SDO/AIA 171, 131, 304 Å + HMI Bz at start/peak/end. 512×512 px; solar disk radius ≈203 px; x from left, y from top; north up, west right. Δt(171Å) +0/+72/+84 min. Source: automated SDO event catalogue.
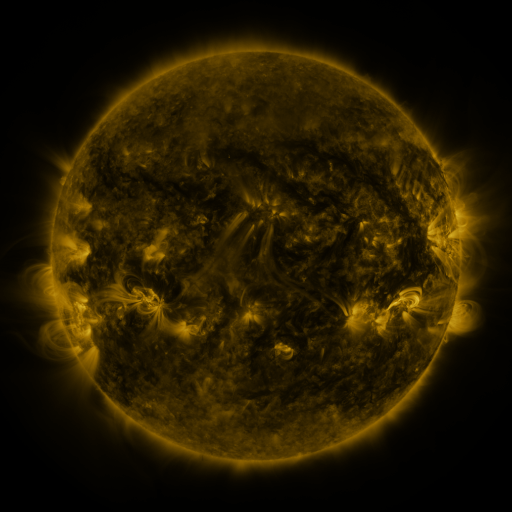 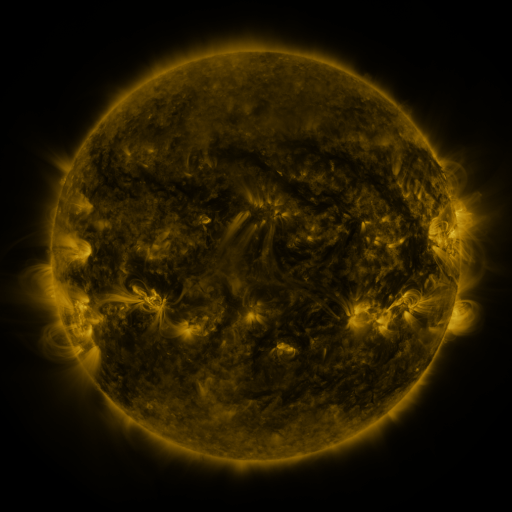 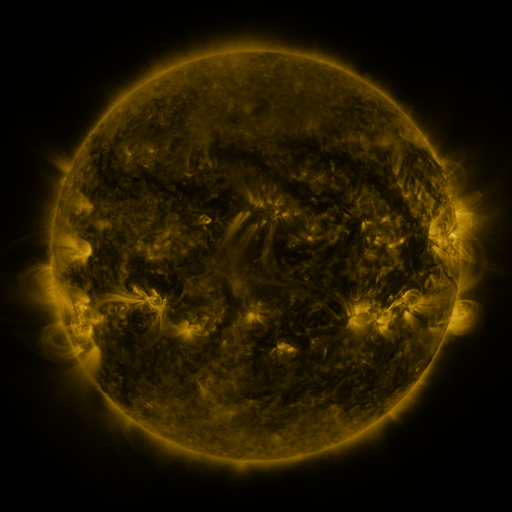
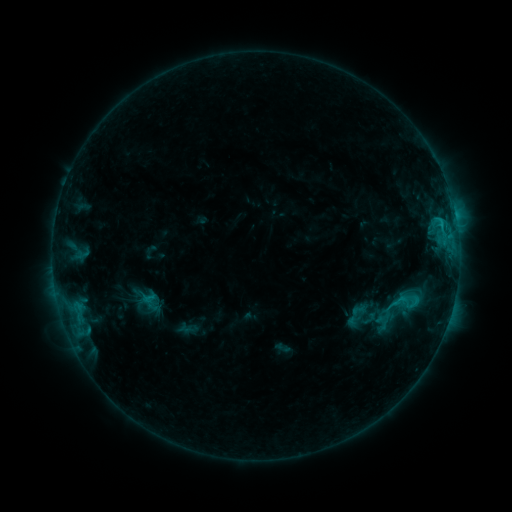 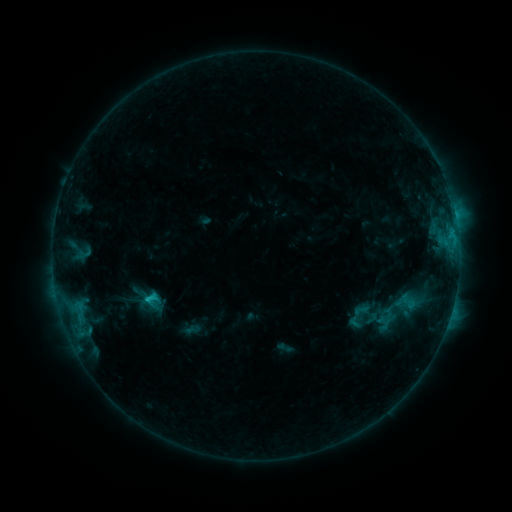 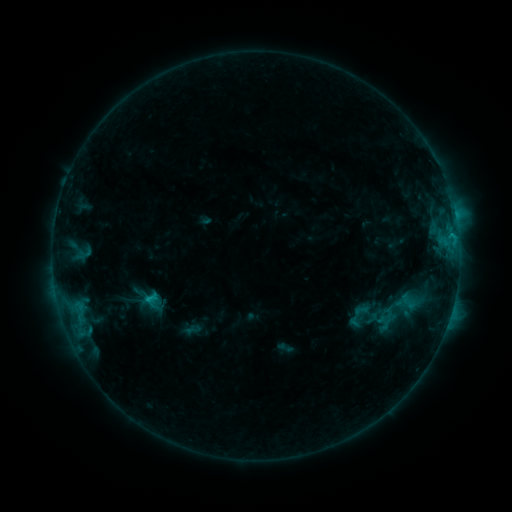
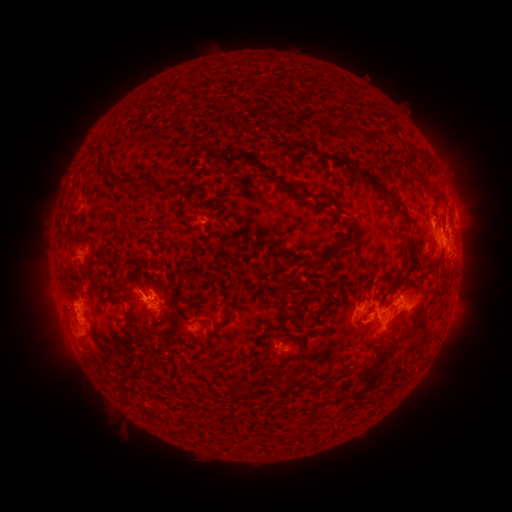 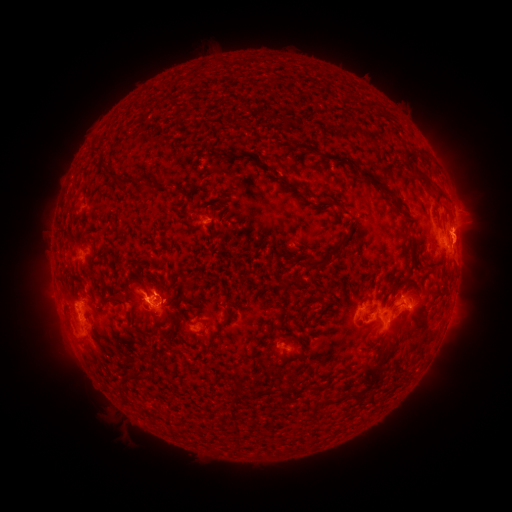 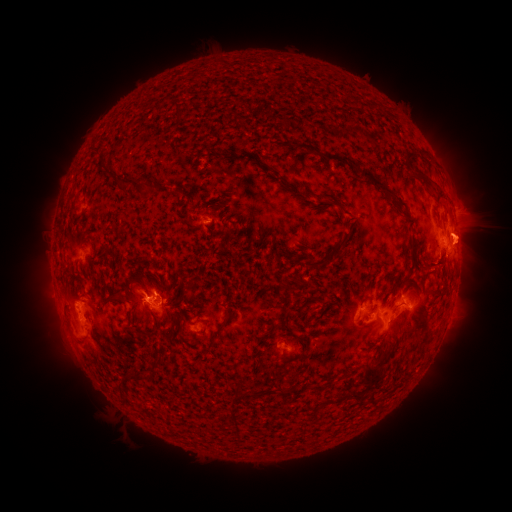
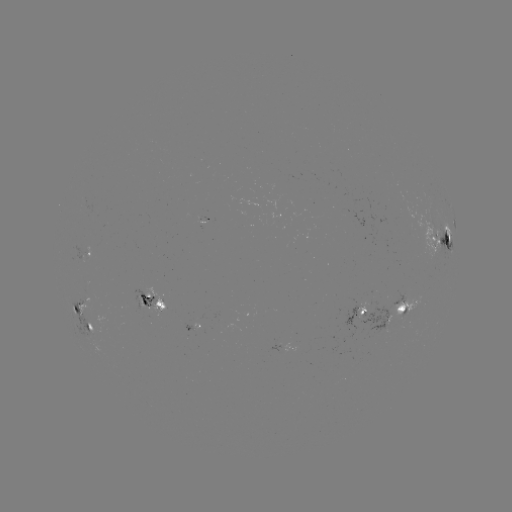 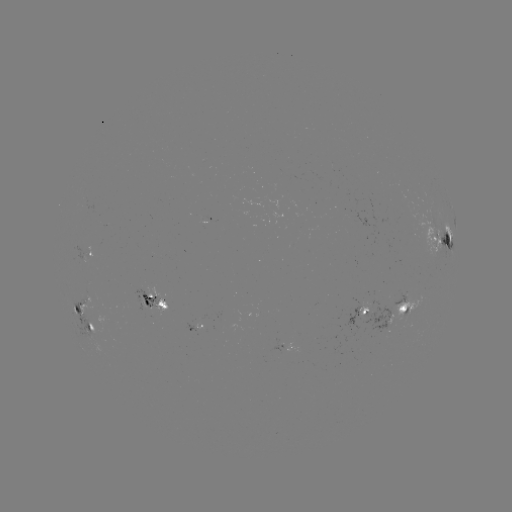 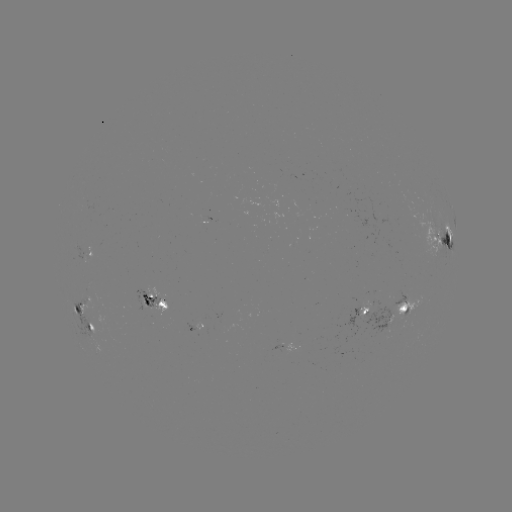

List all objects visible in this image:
emerging-flux region: (83, 256)
